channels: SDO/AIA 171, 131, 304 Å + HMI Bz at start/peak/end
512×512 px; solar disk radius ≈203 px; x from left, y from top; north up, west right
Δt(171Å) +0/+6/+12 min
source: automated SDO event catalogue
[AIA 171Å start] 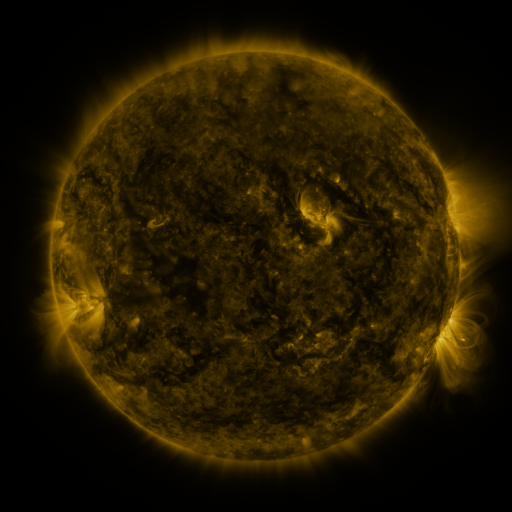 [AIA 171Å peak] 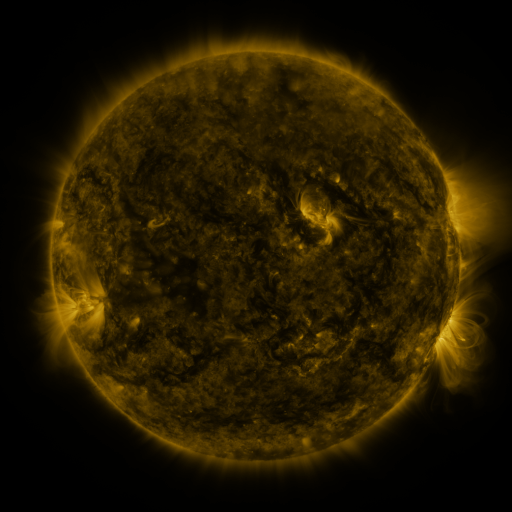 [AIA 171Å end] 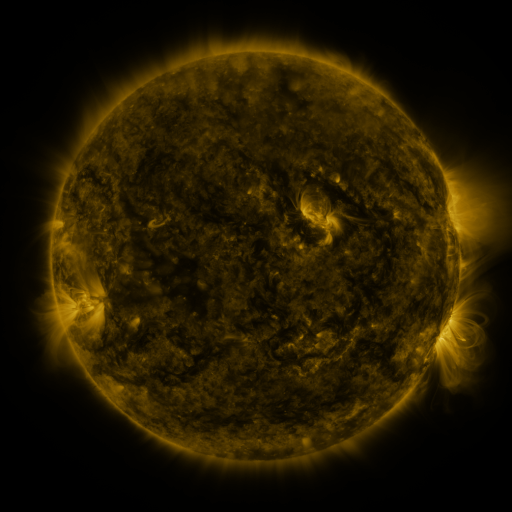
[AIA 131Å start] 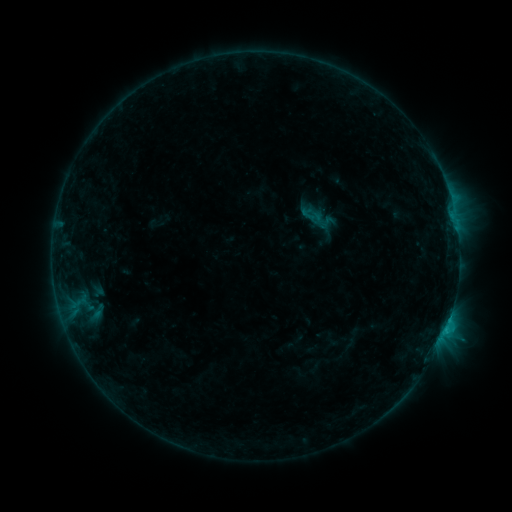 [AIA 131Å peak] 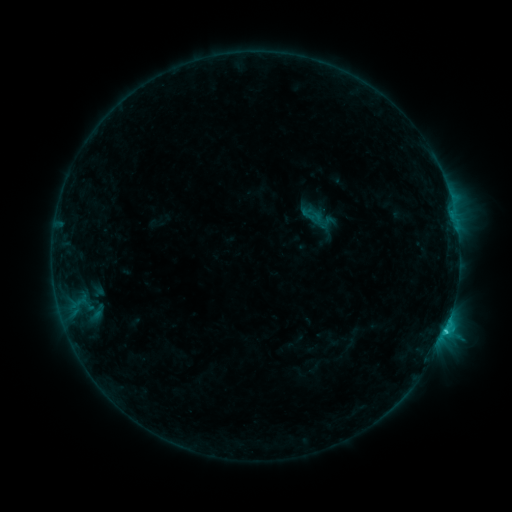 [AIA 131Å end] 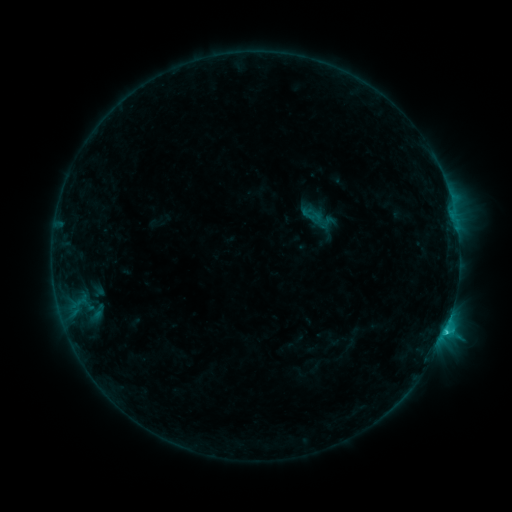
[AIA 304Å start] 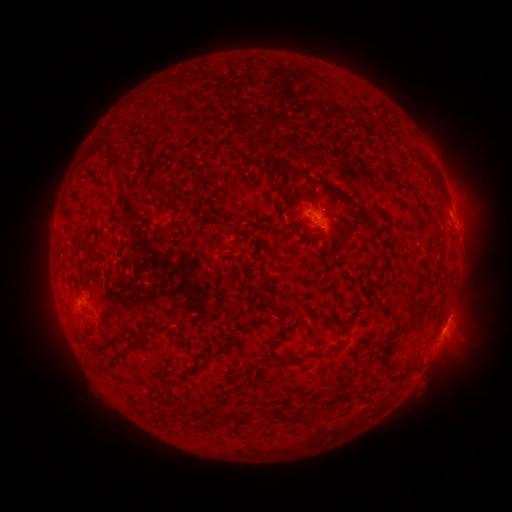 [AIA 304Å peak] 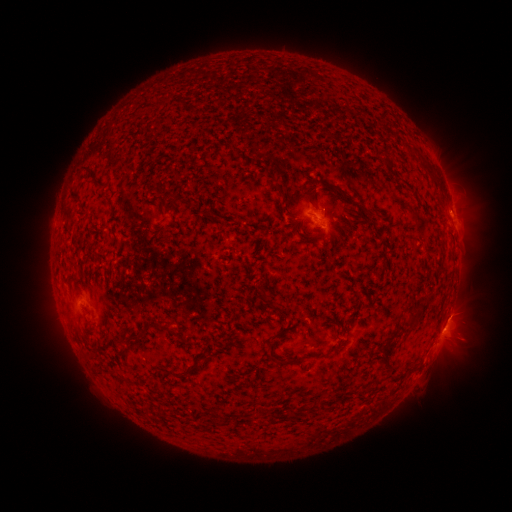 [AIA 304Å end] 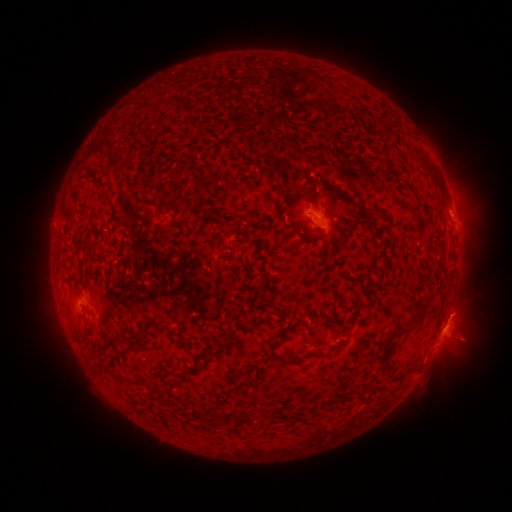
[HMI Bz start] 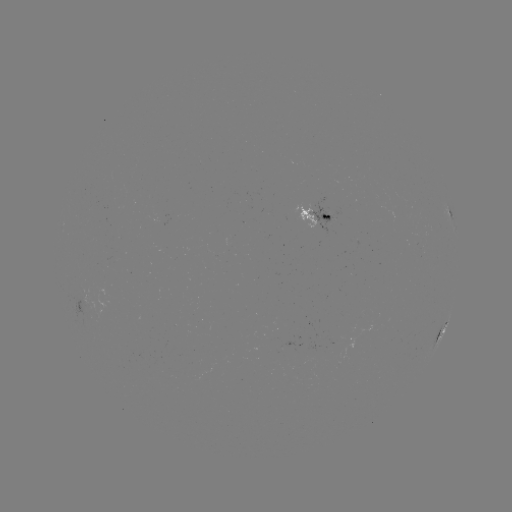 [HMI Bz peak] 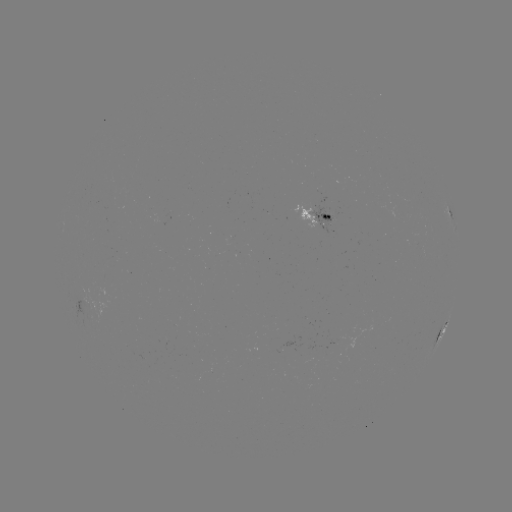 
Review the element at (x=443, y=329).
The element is C1.3 flare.